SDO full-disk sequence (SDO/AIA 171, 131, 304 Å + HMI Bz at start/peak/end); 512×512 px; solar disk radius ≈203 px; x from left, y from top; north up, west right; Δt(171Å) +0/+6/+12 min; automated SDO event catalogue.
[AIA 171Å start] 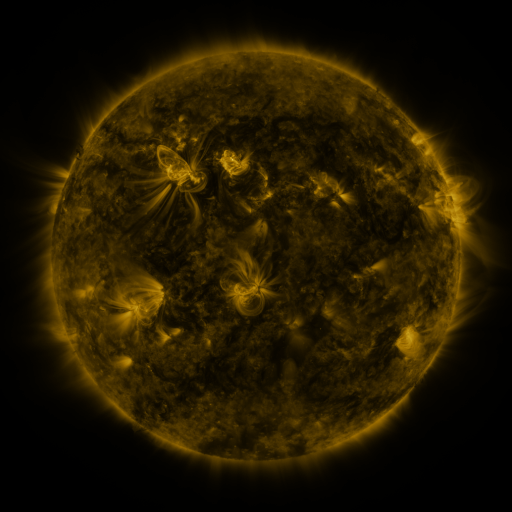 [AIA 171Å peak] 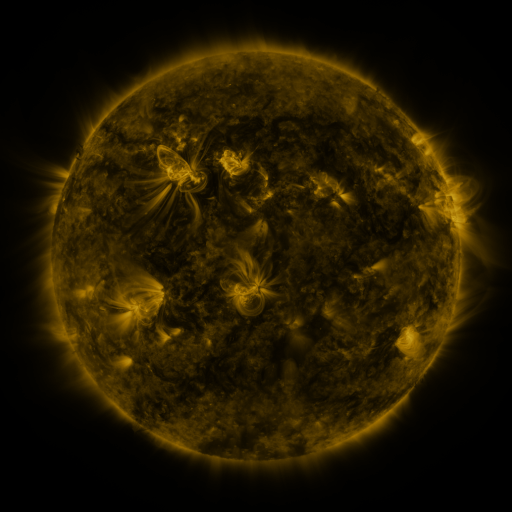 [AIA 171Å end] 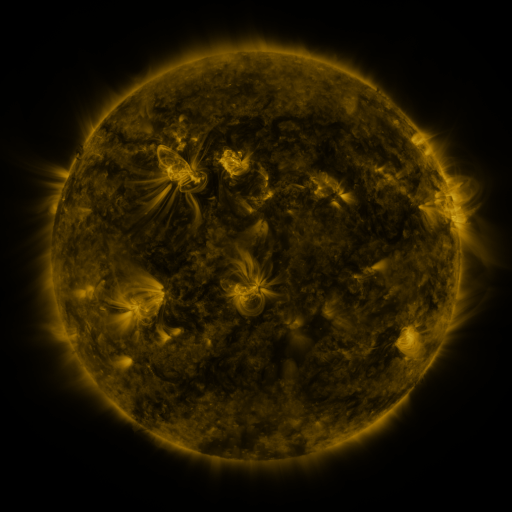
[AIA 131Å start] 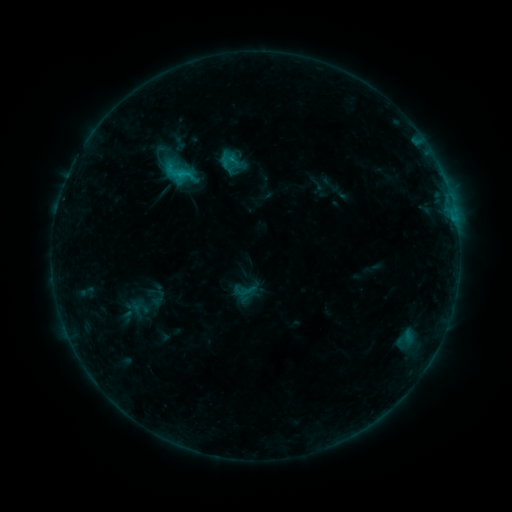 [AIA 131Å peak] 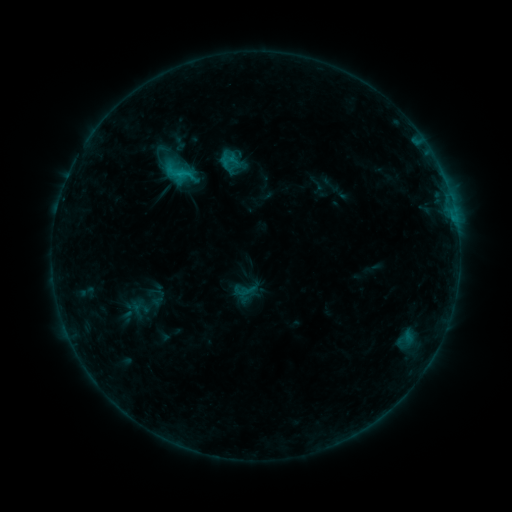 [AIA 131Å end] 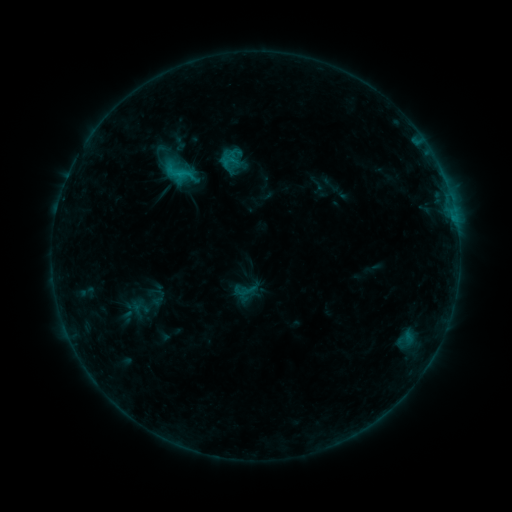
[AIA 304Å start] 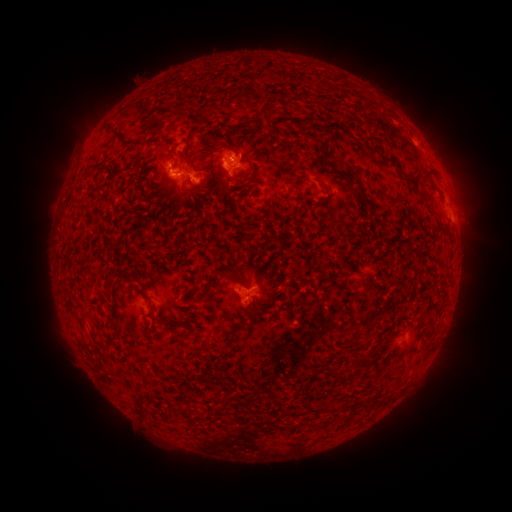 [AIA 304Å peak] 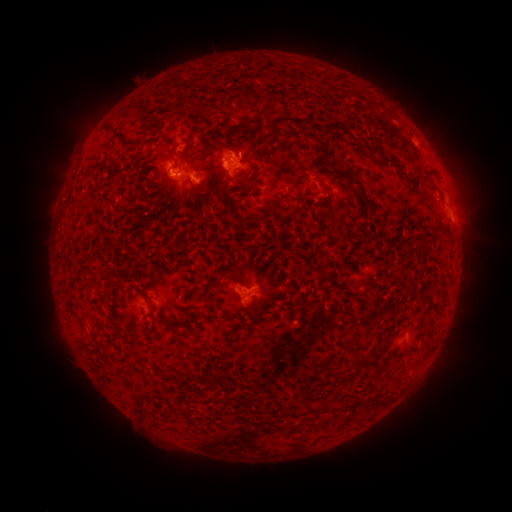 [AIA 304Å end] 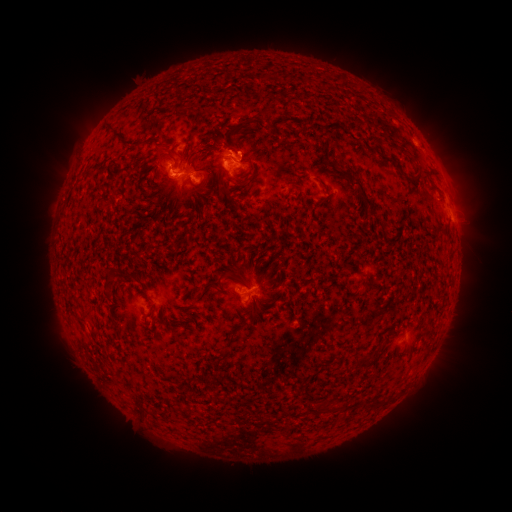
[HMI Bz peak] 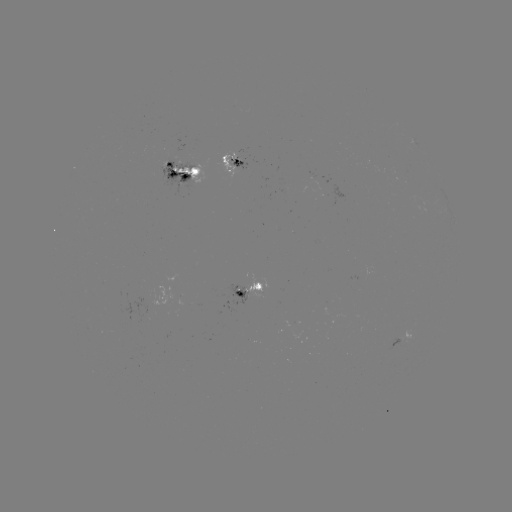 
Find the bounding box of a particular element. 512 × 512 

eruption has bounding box [217, 118, 272, 170].